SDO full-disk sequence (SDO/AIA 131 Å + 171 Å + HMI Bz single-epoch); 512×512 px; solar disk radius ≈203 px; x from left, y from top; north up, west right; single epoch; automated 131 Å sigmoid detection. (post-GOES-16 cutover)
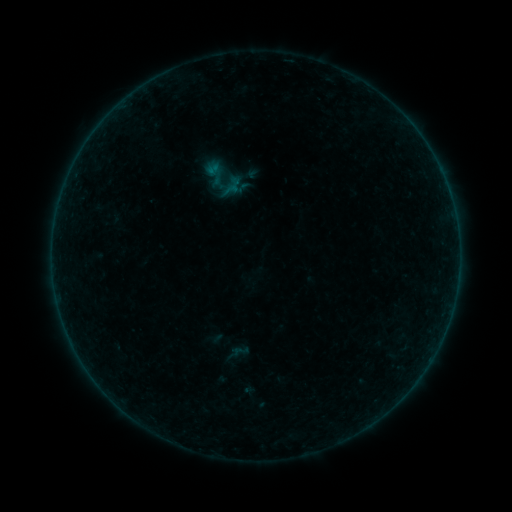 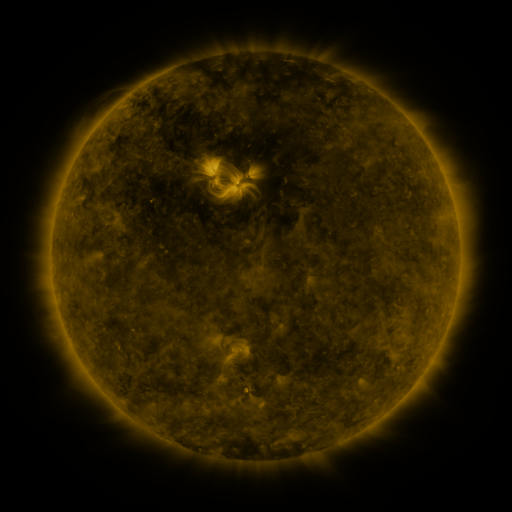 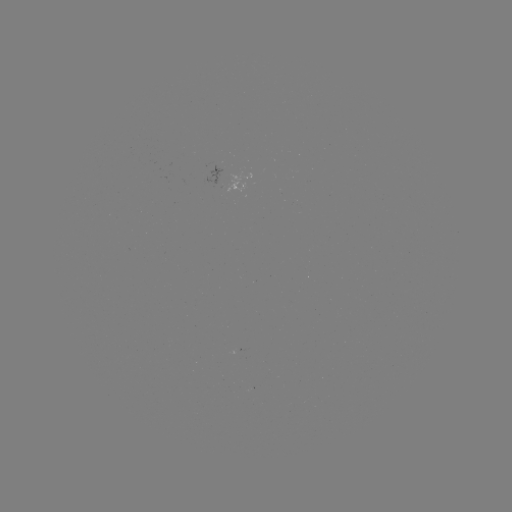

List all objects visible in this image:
sigmoid: (216, 174)
